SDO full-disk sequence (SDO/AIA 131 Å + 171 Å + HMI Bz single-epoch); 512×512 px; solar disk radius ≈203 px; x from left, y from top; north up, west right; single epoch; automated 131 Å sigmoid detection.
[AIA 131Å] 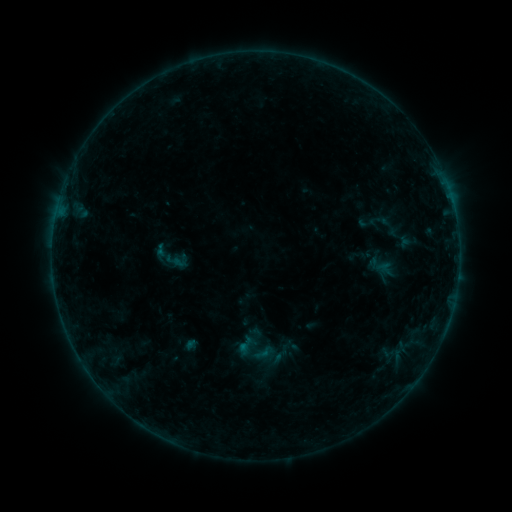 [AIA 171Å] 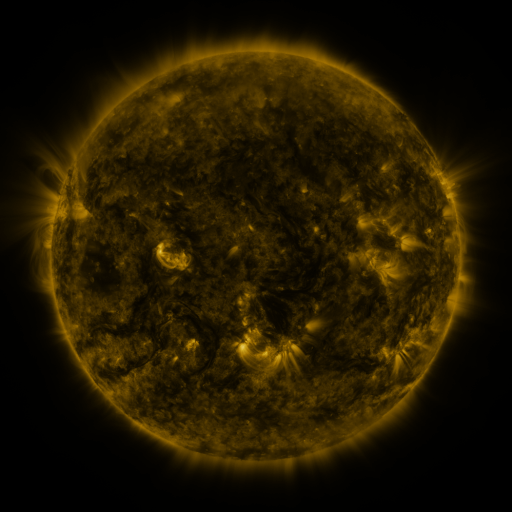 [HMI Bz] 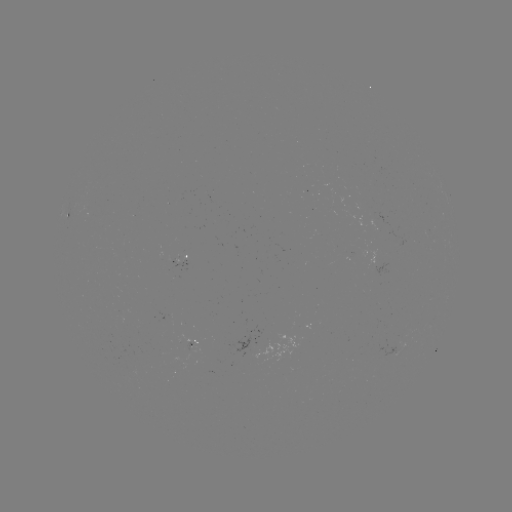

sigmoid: [151, 235, 191, 279]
